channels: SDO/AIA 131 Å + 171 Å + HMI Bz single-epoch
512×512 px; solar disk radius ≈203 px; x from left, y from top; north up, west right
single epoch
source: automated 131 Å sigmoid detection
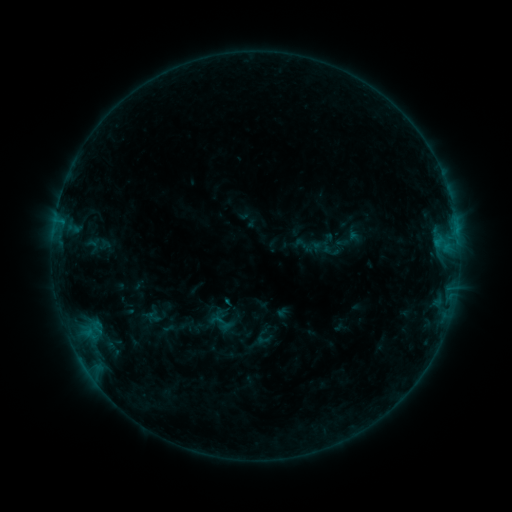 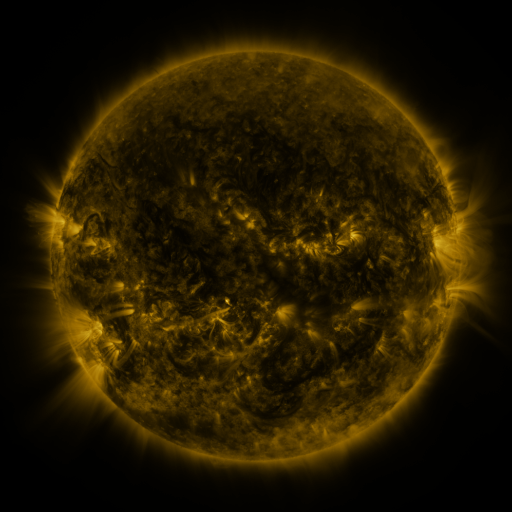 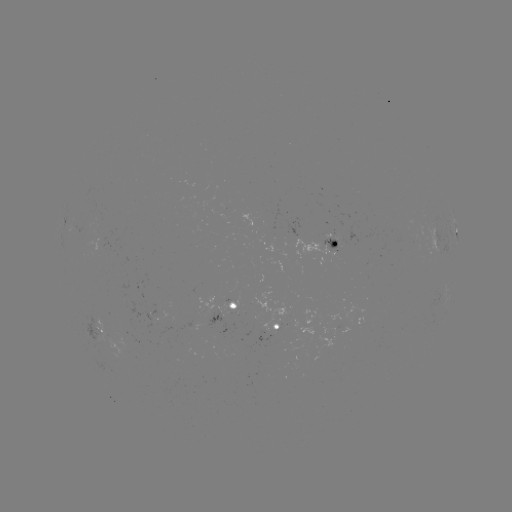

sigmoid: <bbox>211, 311, 237, 337</bbox>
